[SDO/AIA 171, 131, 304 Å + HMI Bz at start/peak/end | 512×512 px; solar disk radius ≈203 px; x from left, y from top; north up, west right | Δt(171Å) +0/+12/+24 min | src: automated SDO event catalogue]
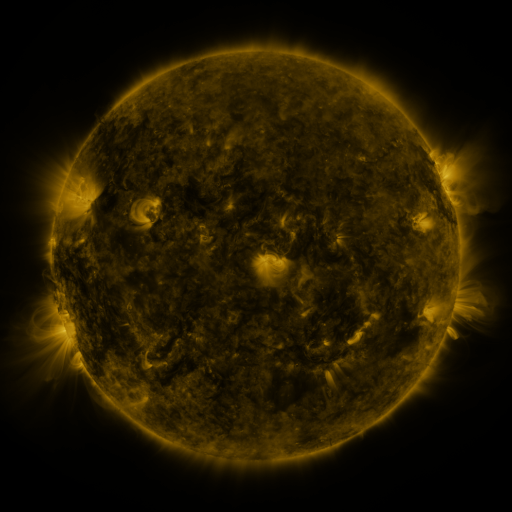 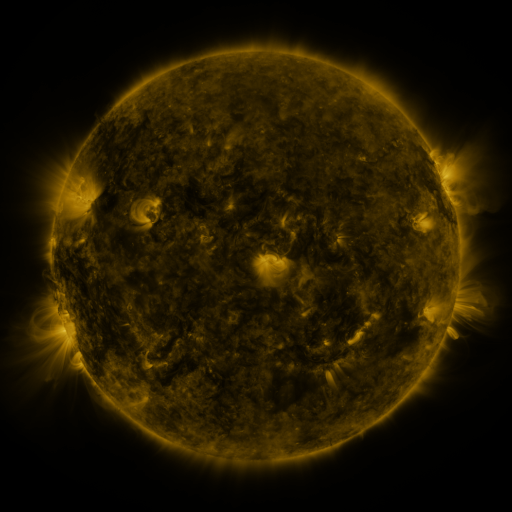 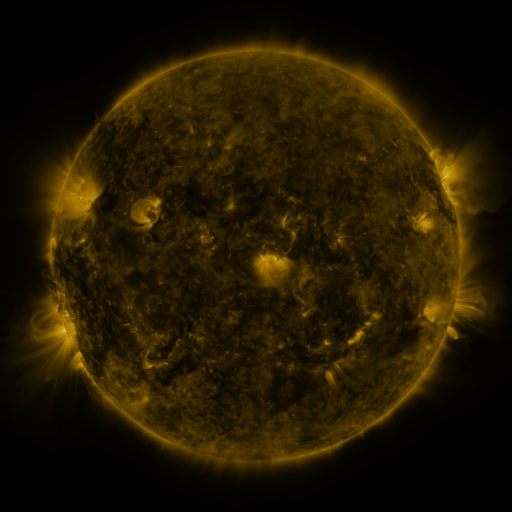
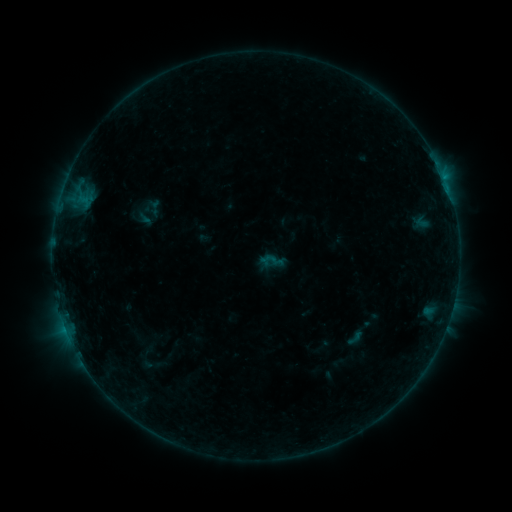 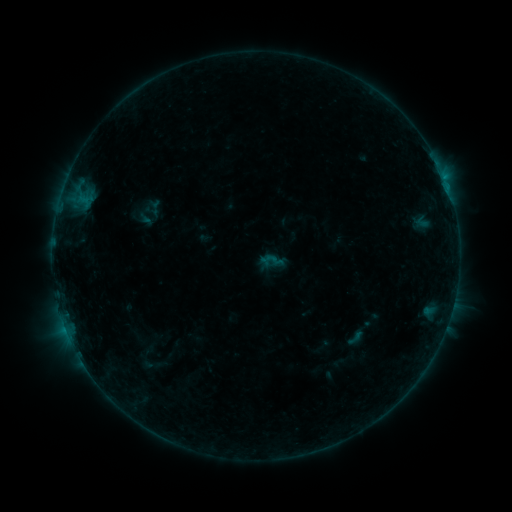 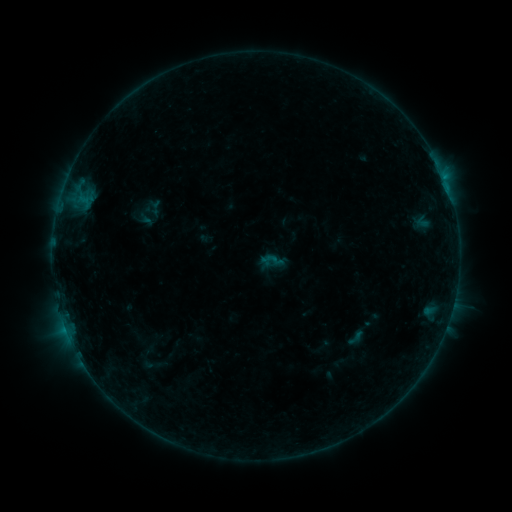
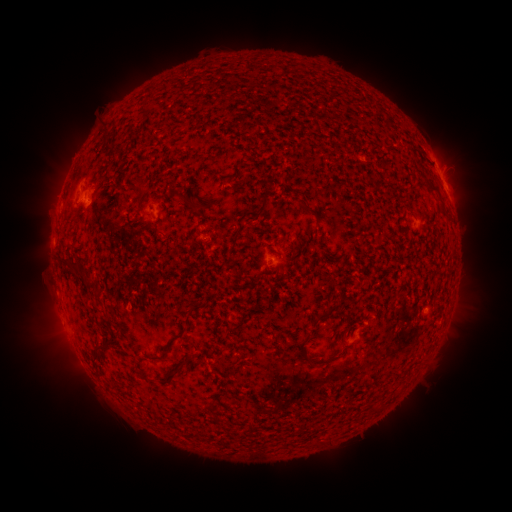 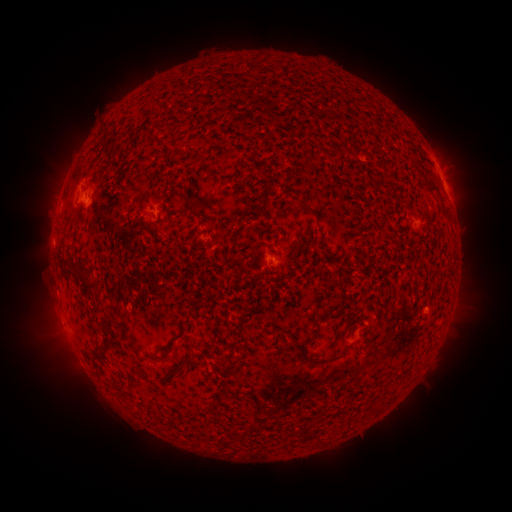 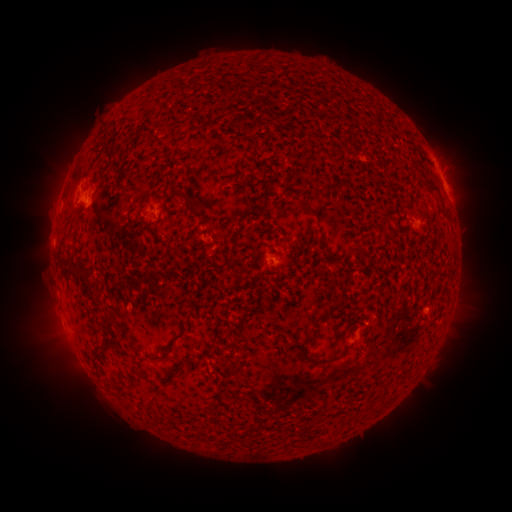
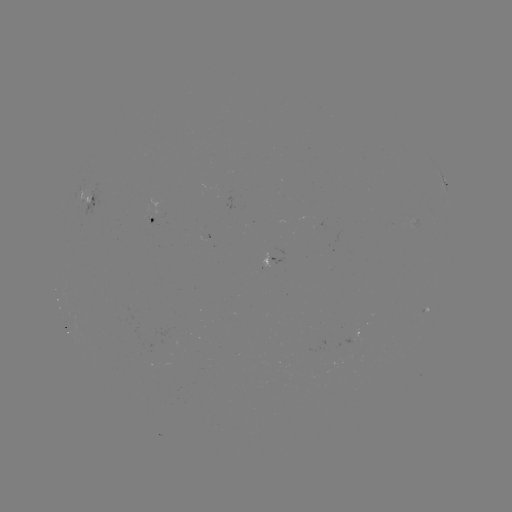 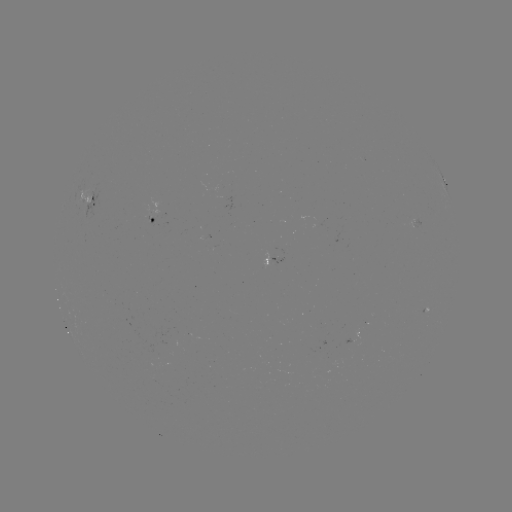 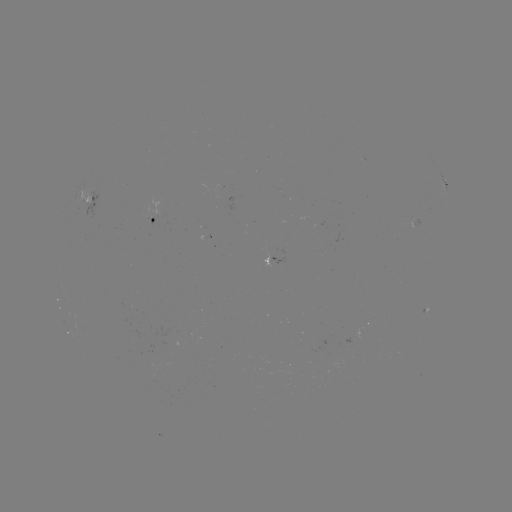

nothing was catalogued: no classed flare, no EUV trigger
